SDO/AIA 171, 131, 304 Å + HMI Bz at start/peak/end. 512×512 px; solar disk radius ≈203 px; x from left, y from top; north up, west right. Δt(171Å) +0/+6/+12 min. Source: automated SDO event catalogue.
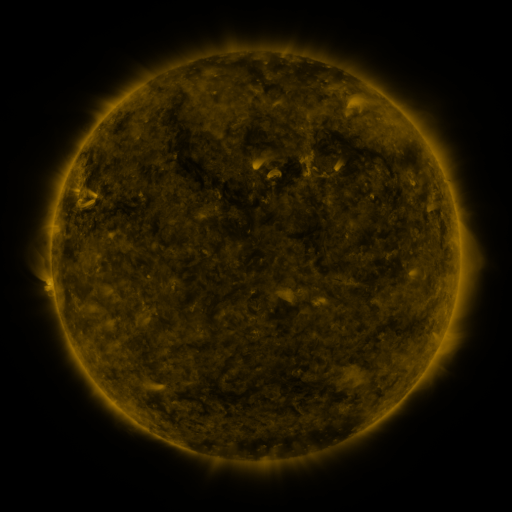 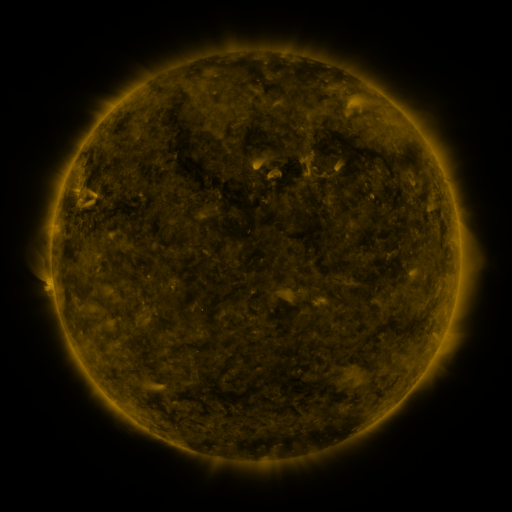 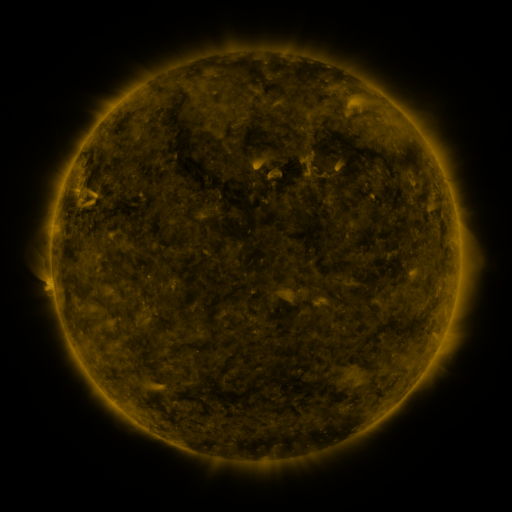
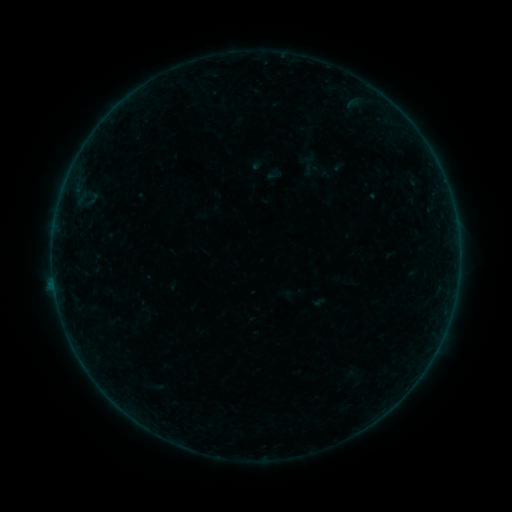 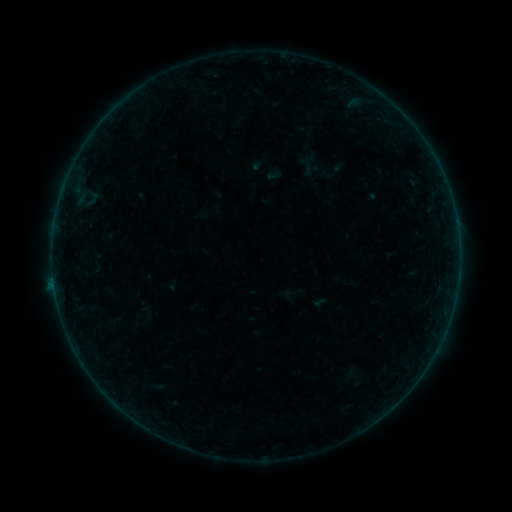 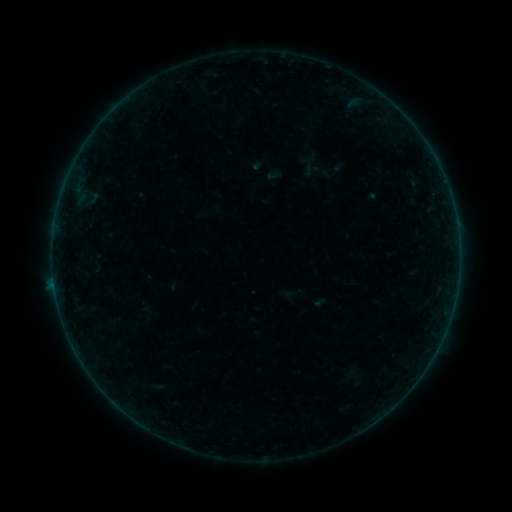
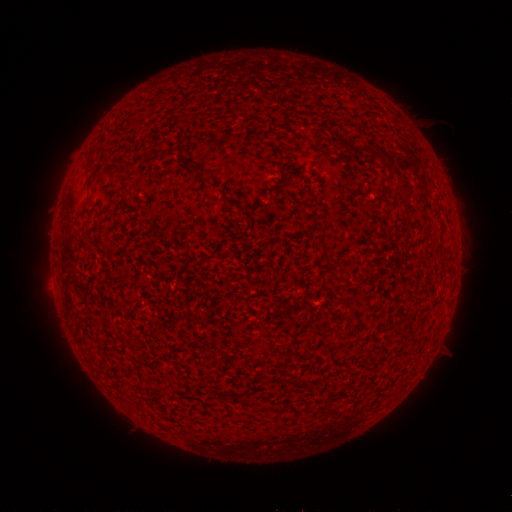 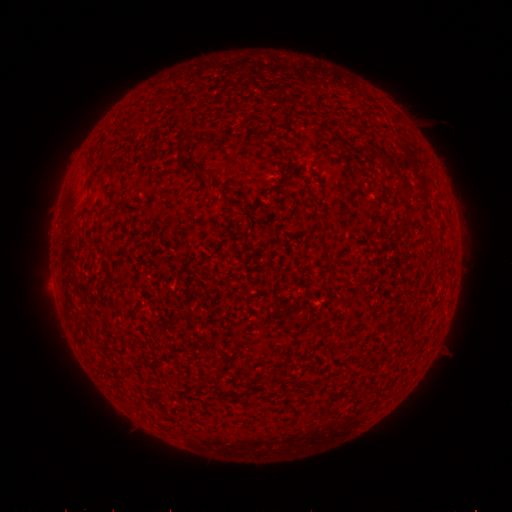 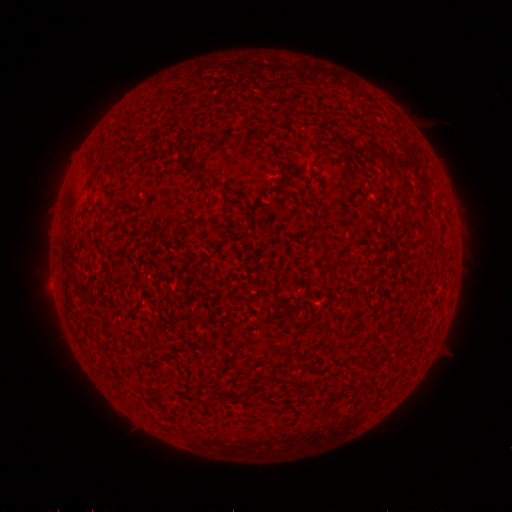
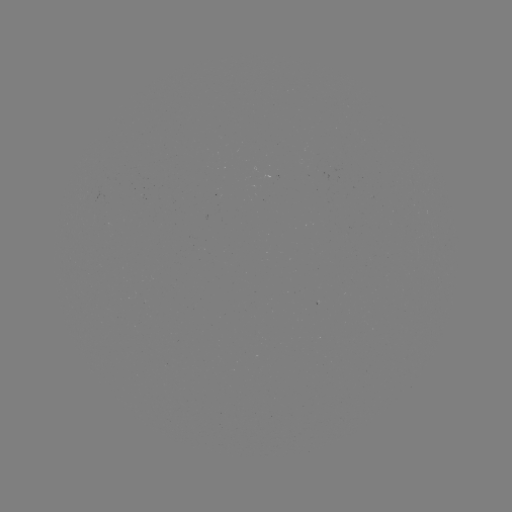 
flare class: B1.9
